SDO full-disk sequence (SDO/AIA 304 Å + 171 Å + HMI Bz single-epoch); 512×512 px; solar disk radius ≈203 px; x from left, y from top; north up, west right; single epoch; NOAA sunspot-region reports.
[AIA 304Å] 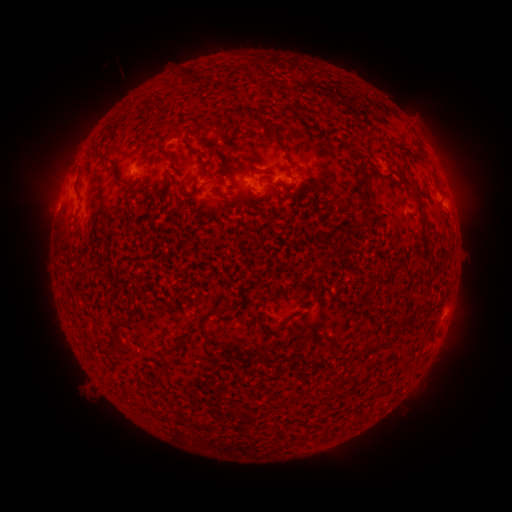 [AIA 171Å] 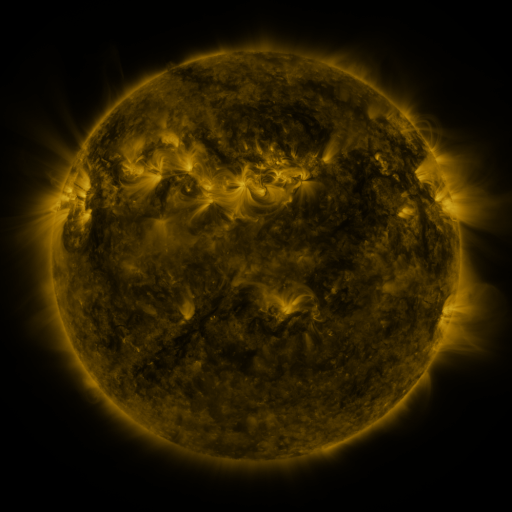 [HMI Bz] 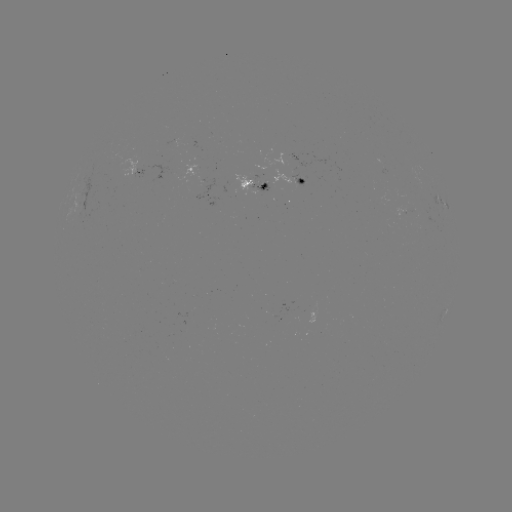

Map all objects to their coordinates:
spotted active region: (136, 164)
spotted active region: (391, 171)
spotted active region: (256, 183)
spotted active region: (306, 184)
spotted active region: (225, 194)
spotted active region: (441, 202)
spotted active region: (442, 315)
